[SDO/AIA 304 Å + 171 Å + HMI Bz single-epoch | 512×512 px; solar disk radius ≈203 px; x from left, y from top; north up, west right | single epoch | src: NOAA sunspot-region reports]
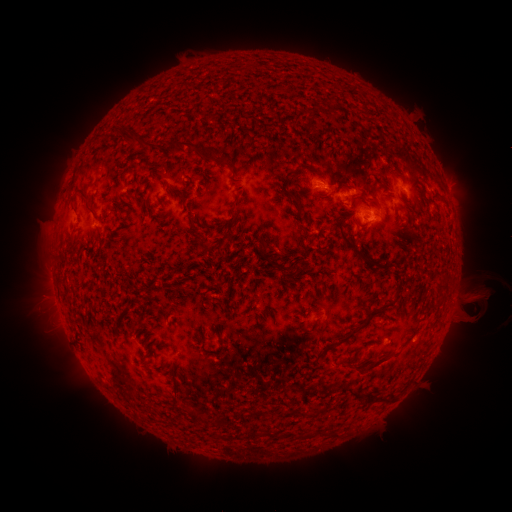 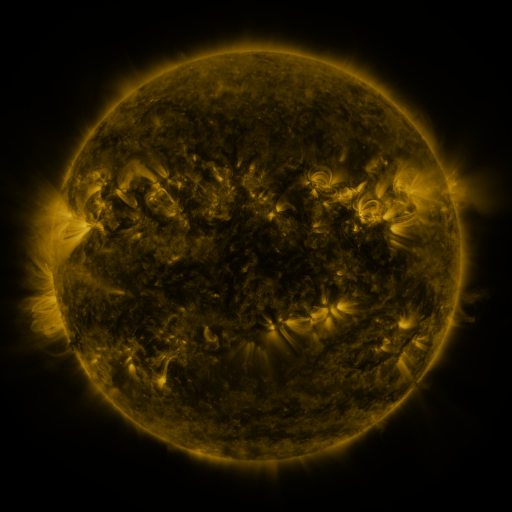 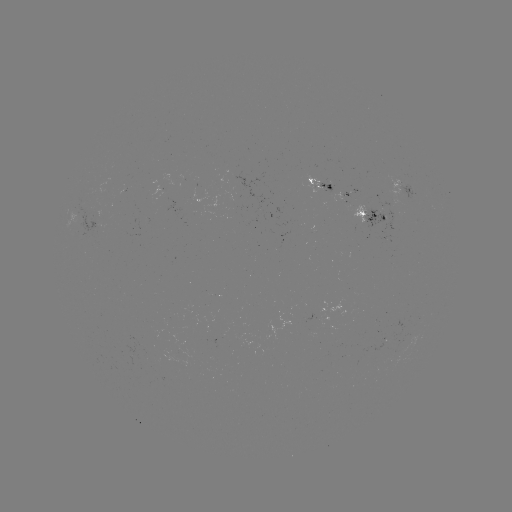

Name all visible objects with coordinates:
spotted active region: (321, 180)
spotted active region: (406, 184)
spotted active region: (347, 193)
spotted active region: (373, 214)
